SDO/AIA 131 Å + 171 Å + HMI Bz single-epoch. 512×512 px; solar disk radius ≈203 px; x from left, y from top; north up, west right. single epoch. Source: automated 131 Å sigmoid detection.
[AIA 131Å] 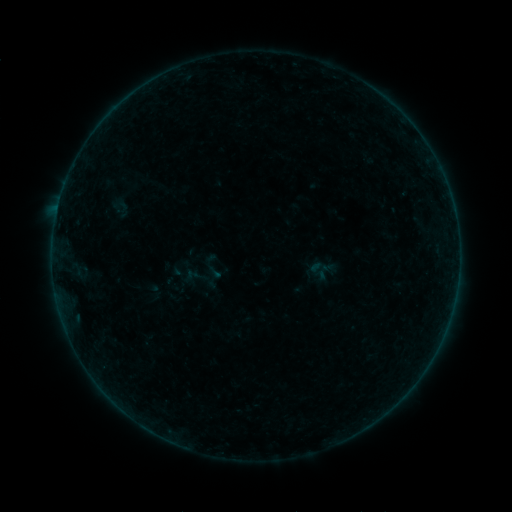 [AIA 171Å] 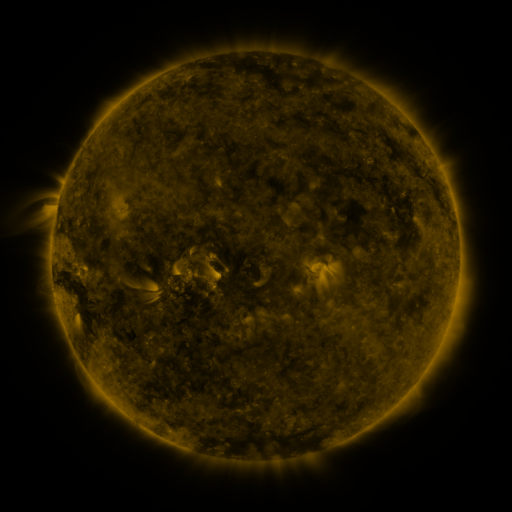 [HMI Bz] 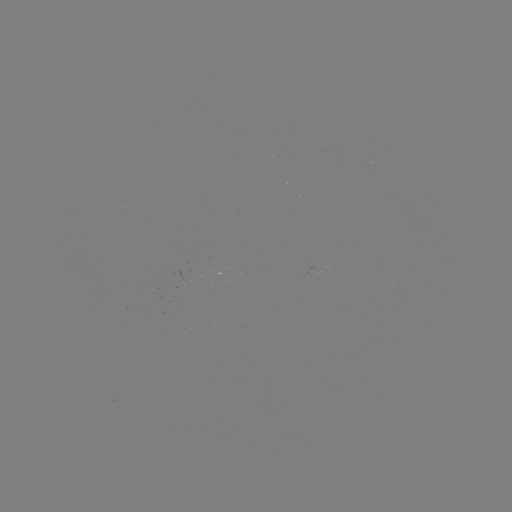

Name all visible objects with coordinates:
sigmoid: (214, 279)
